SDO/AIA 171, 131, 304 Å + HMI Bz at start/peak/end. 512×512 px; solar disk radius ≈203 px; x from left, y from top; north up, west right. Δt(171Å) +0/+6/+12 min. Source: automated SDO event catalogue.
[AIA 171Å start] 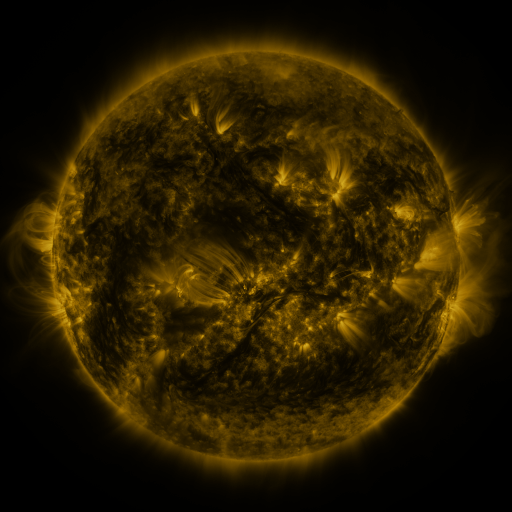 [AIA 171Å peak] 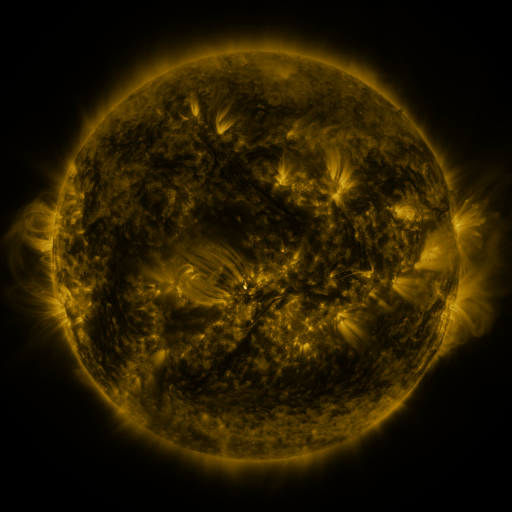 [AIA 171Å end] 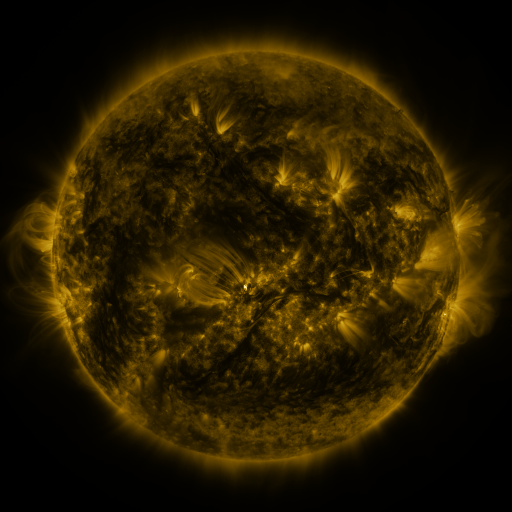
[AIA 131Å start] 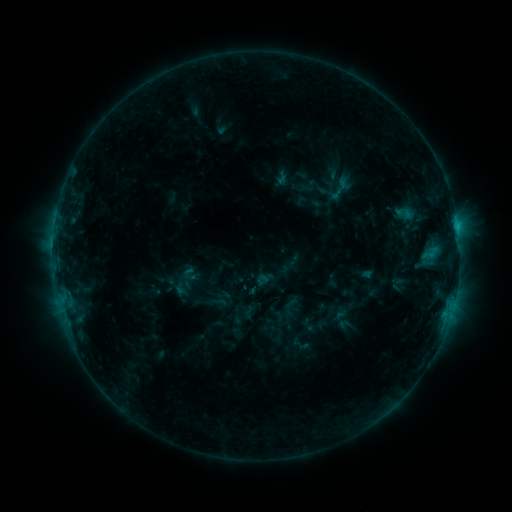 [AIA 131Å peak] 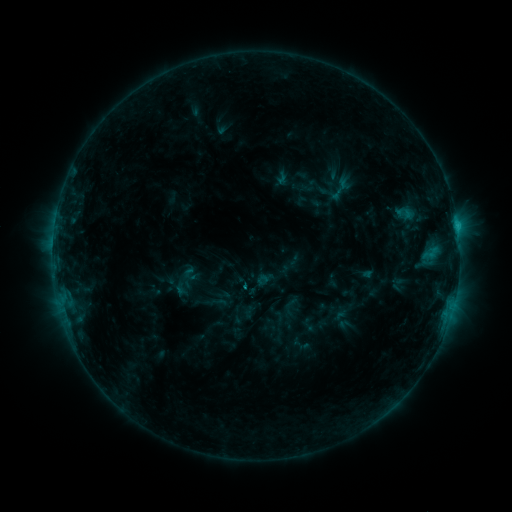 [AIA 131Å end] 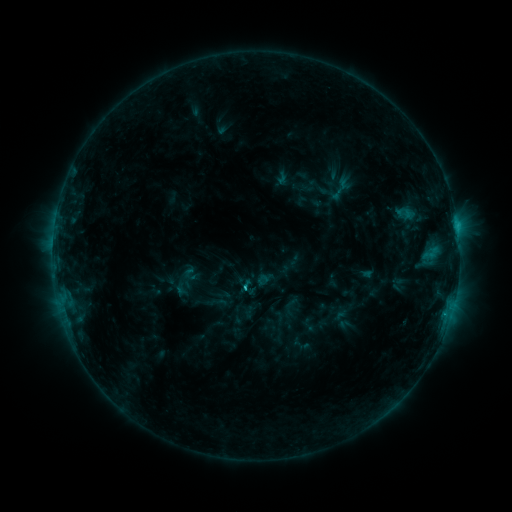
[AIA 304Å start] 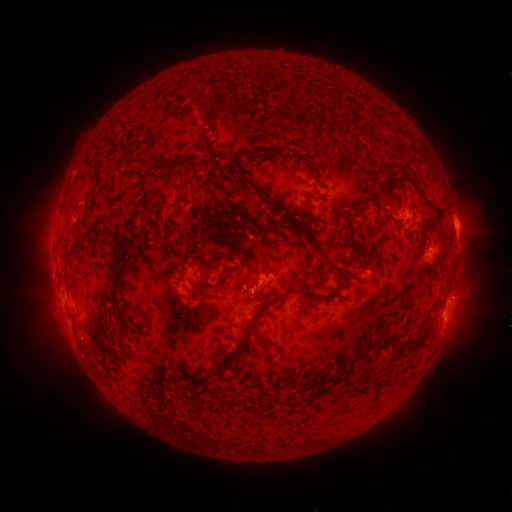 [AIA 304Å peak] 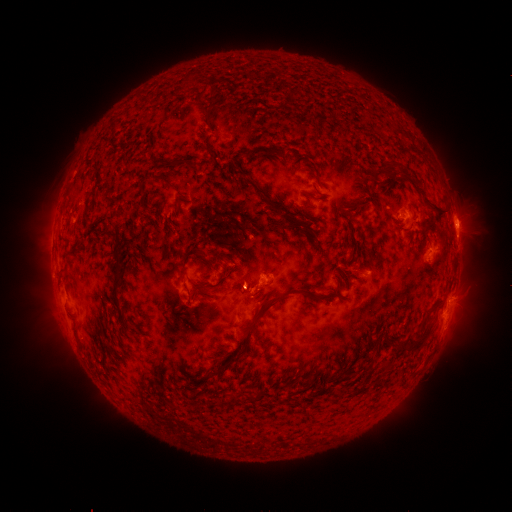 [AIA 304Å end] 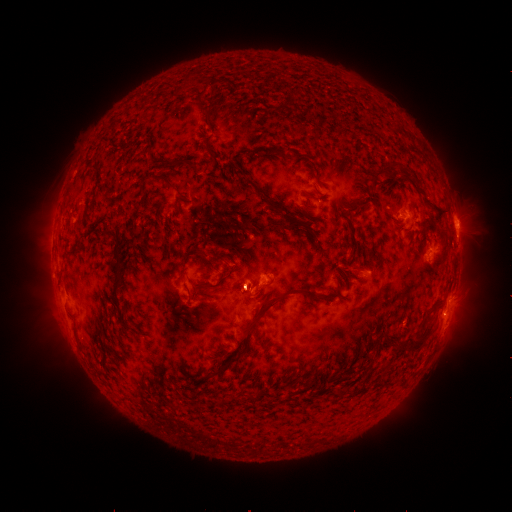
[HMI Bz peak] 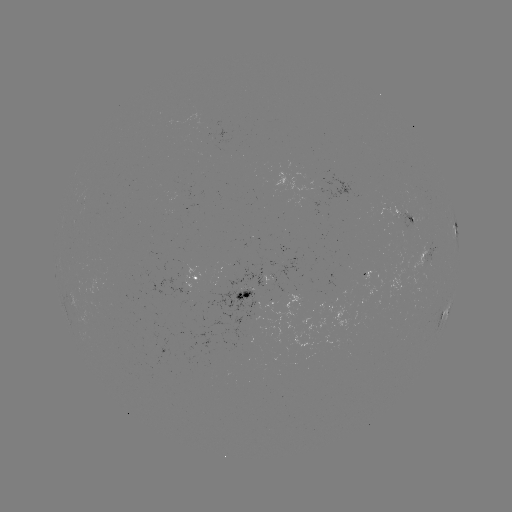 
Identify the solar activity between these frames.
C1.6 flare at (249, 282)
